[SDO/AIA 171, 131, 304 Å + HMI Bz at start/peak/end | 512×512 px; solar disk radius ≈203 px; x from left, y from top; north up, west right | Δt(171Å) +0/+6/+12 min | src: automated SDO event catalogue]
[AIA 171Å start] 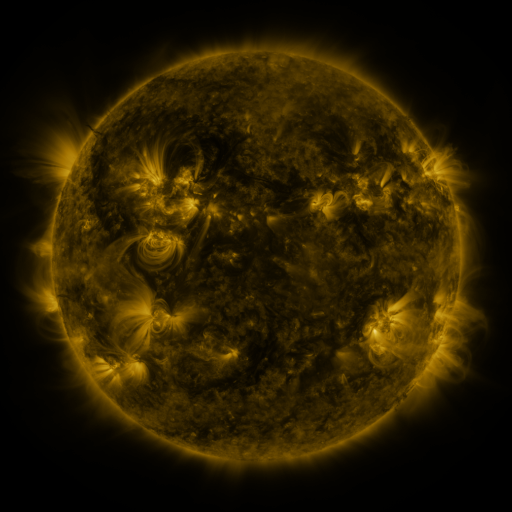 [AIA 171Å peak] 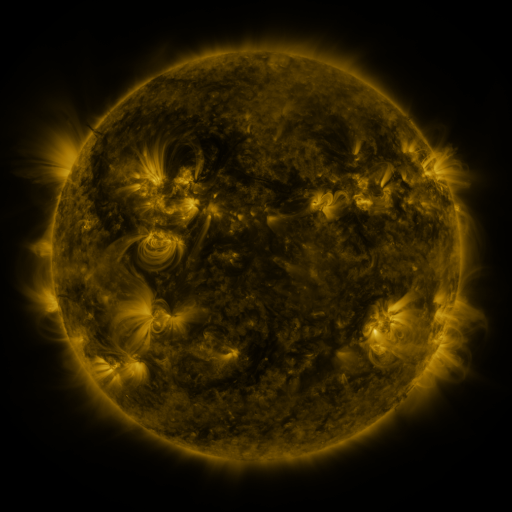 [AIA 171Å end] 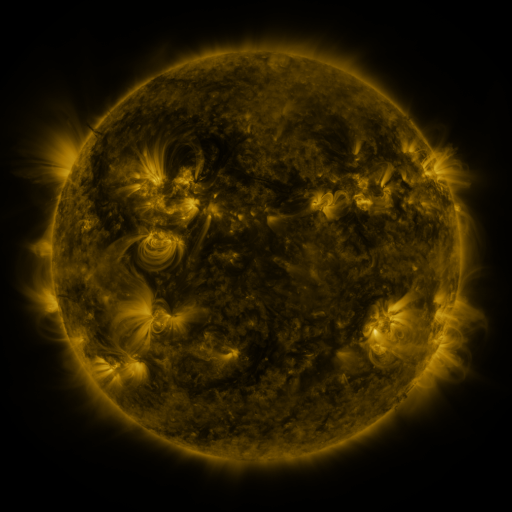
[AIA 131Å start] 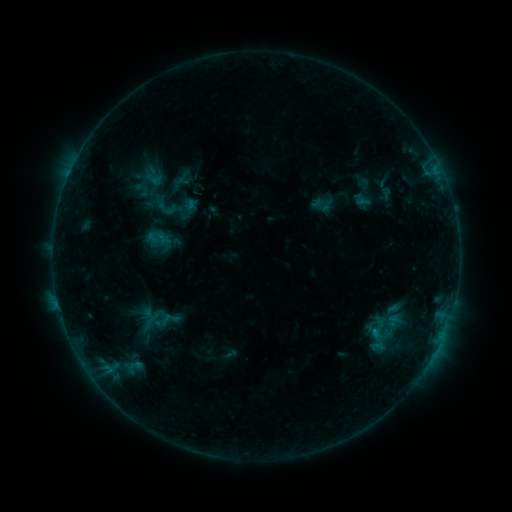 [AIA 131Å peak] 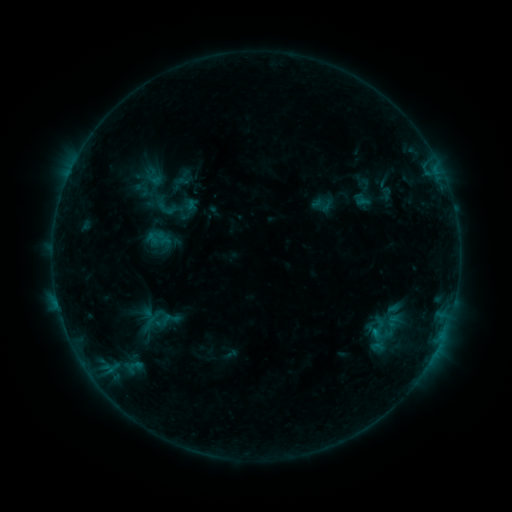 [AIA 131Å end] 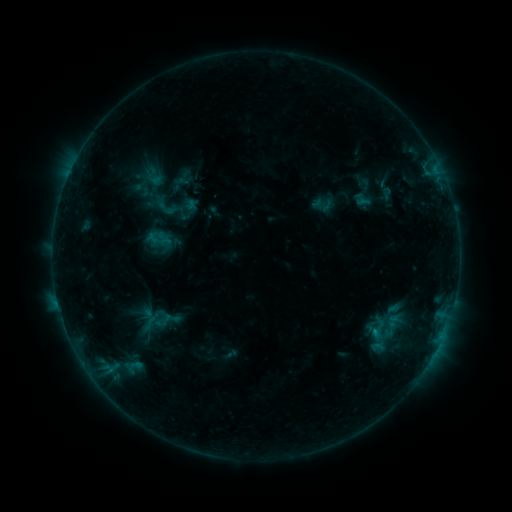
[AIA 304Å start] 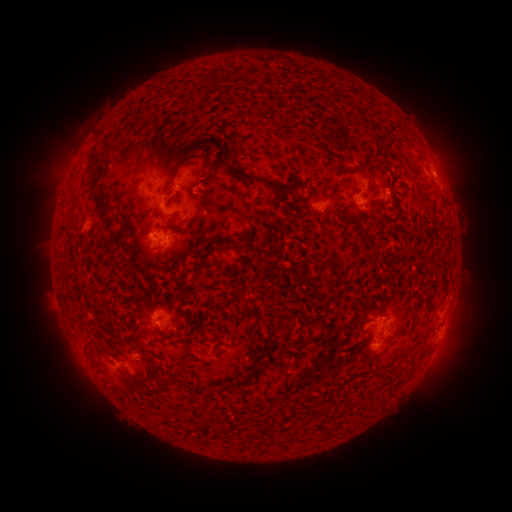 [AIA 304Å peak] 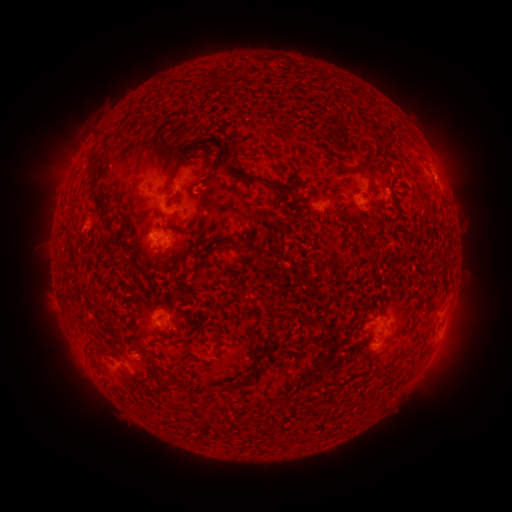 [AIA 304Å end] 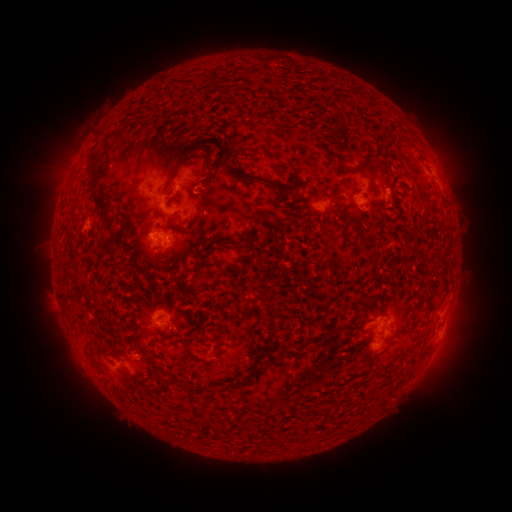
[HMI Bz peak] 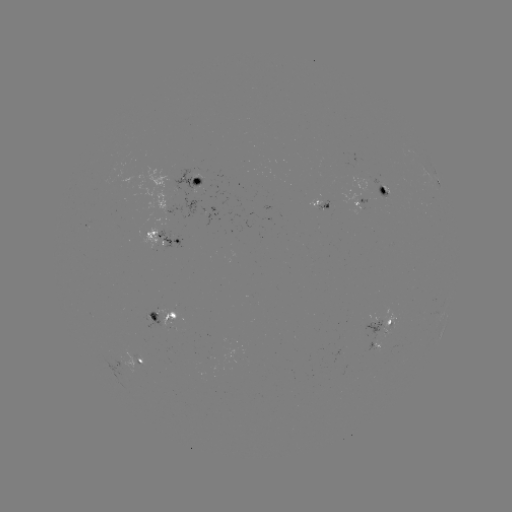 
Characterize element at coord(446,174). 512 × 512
eruption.